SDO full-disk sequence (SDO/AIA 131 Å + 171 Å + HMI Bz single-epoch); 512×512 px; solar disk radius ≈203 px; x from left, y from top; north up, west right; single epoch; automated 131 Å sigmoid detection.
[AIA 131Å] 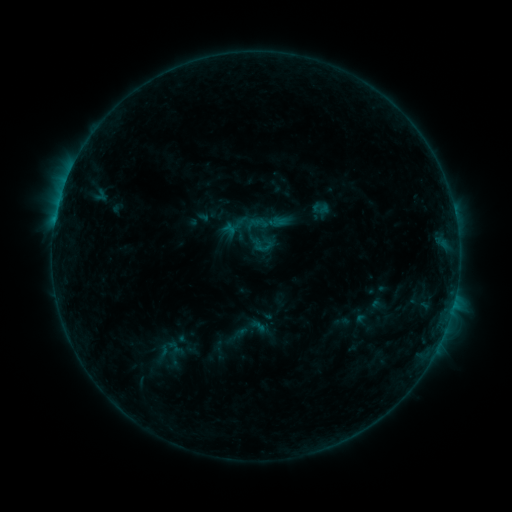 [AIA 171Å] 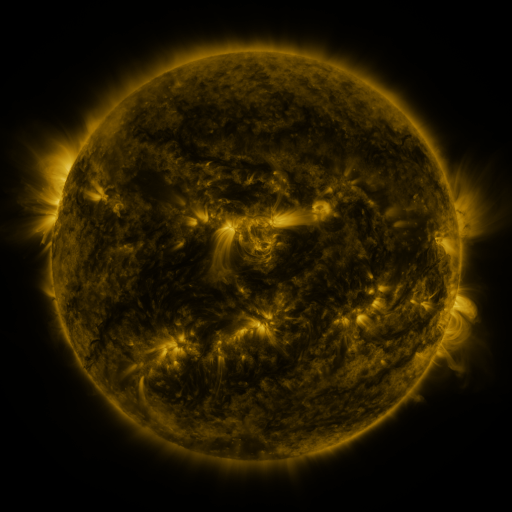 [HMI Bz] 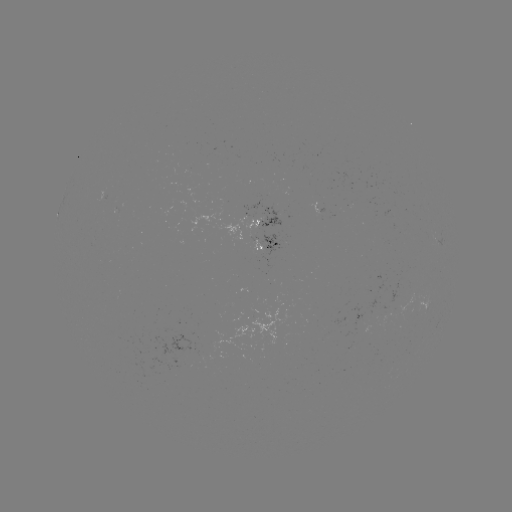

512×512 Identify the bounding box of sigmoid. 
[251, 232, 275, 256].